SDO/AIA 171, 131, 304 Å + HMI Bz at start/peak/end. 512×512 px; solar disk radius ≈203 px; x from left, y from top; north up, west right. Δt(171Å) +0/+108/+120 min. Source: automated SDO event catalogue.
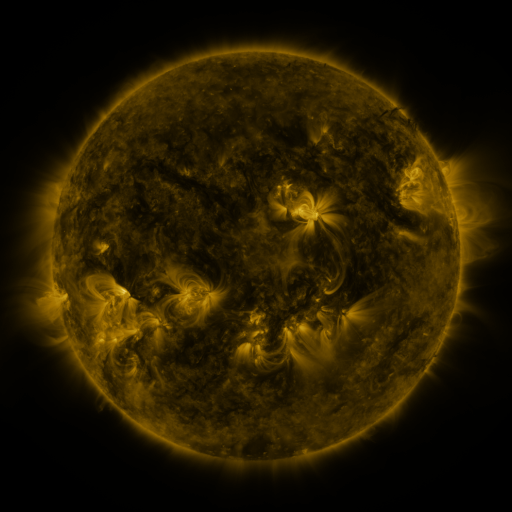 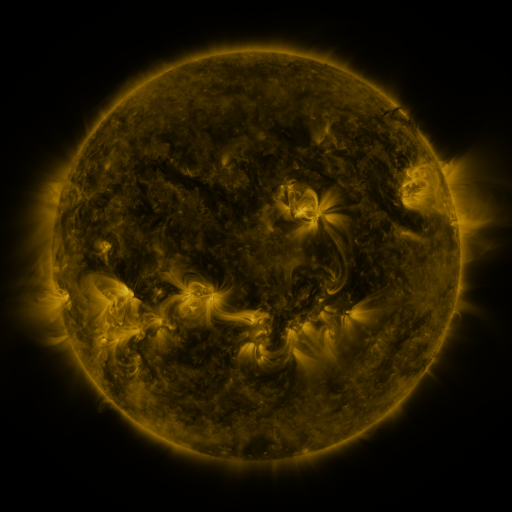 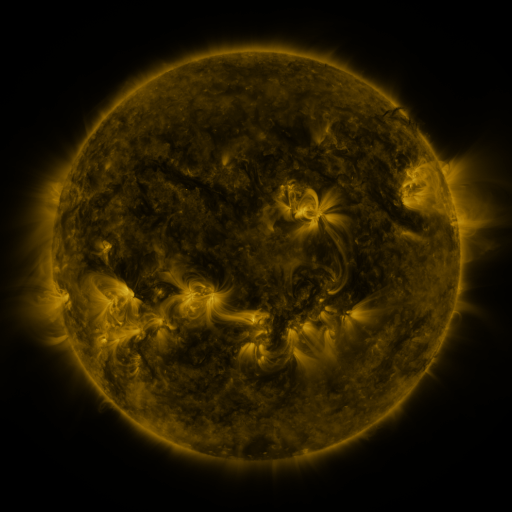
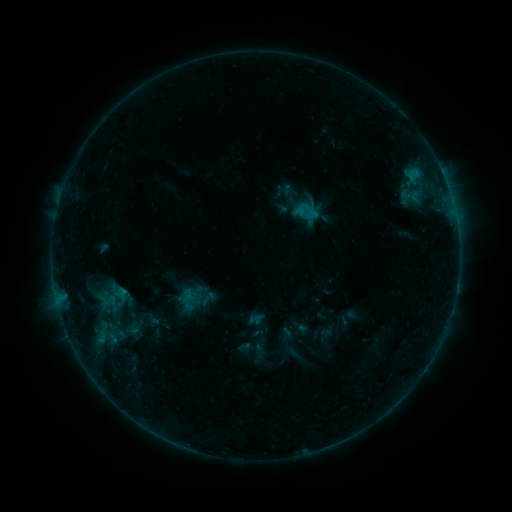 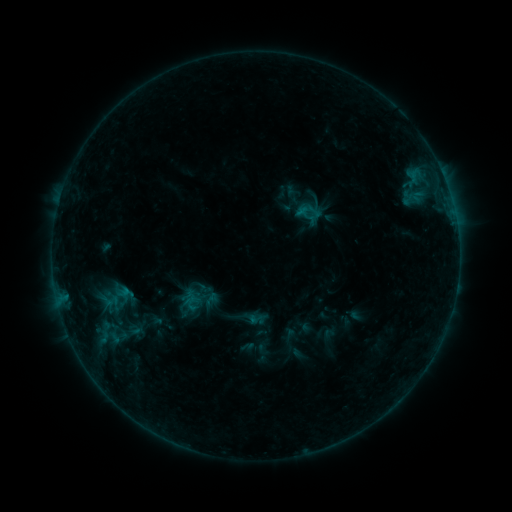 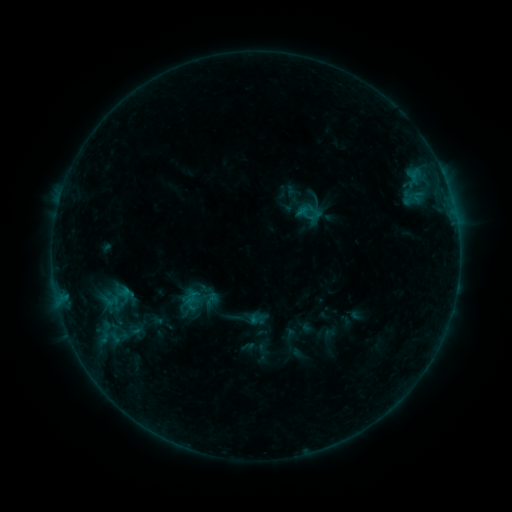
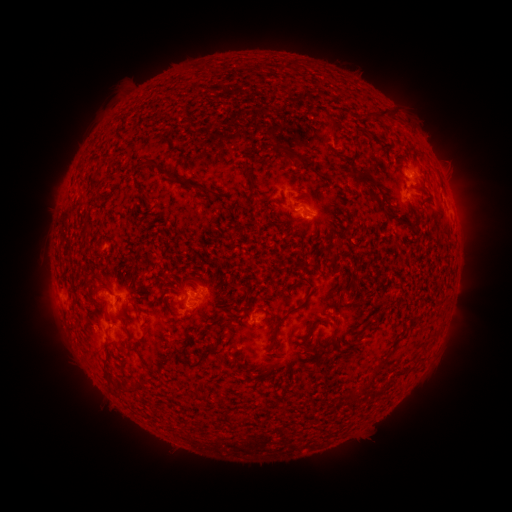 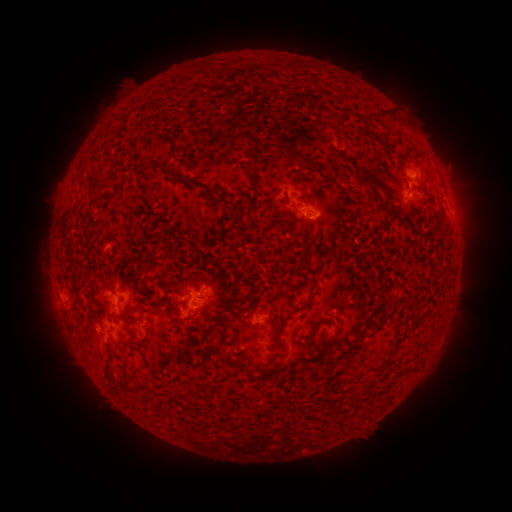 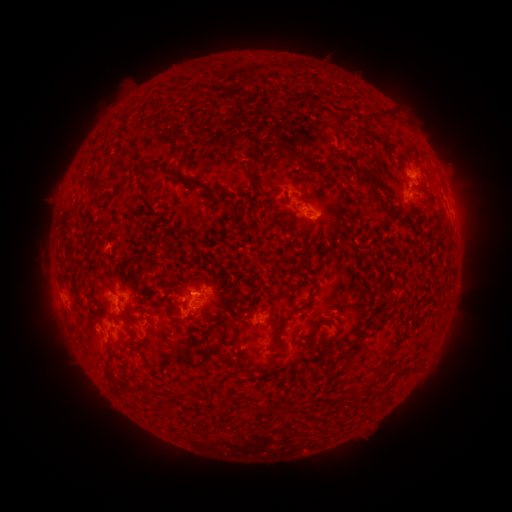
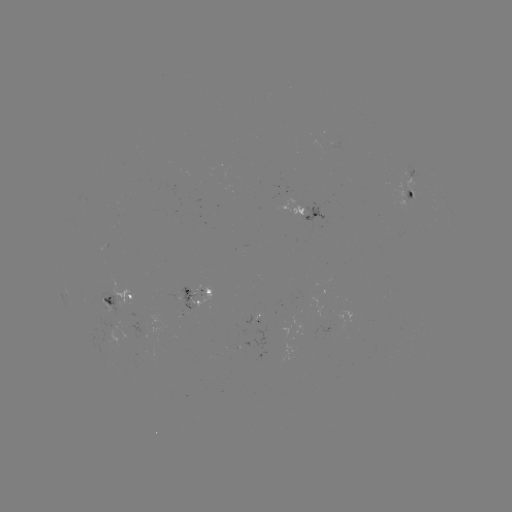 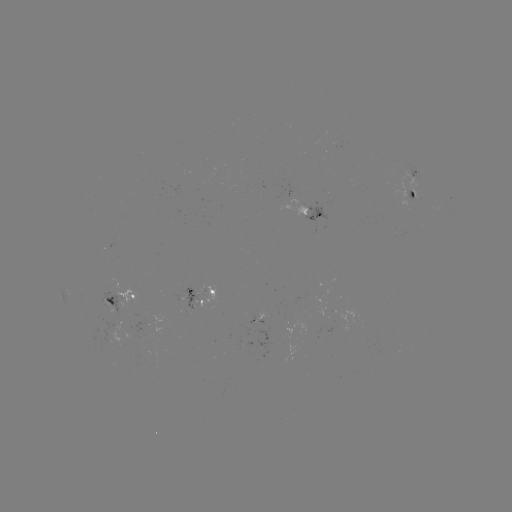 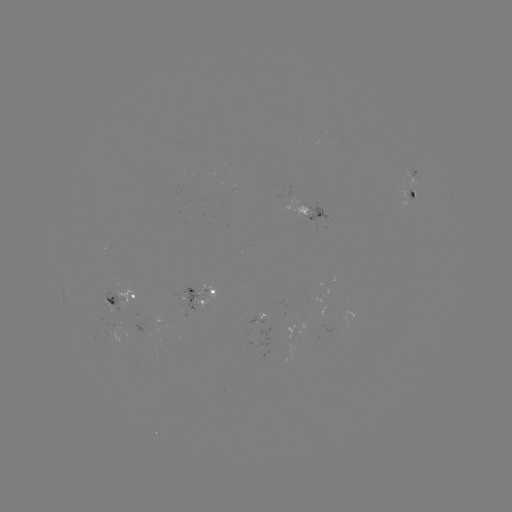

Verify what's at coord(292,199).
emerging-flux region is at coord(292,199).